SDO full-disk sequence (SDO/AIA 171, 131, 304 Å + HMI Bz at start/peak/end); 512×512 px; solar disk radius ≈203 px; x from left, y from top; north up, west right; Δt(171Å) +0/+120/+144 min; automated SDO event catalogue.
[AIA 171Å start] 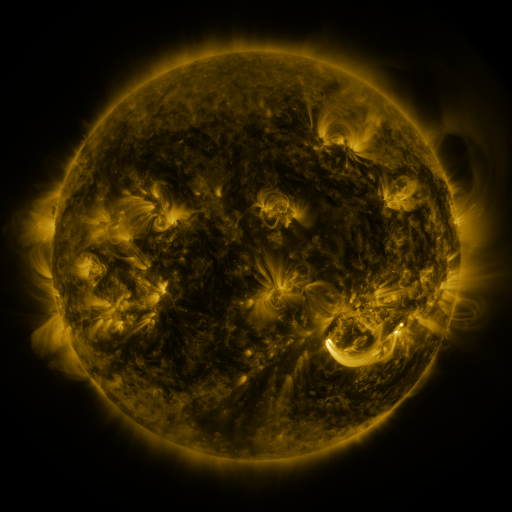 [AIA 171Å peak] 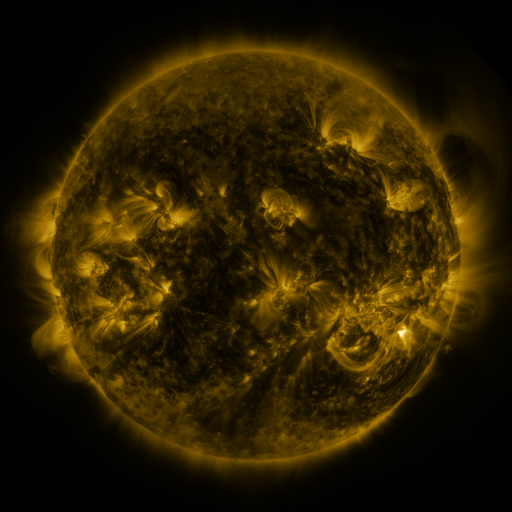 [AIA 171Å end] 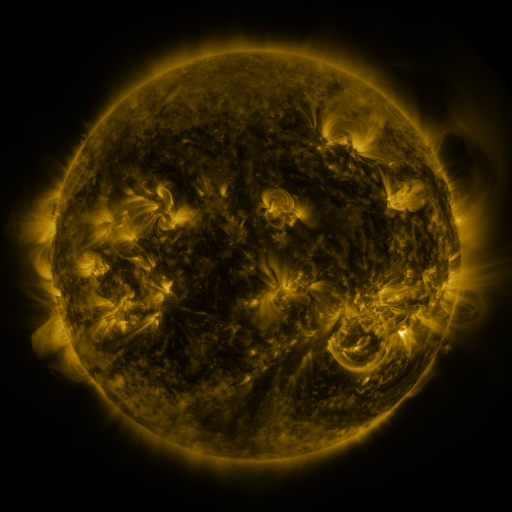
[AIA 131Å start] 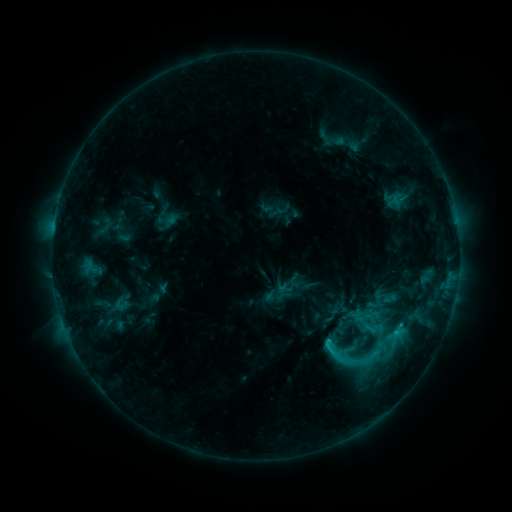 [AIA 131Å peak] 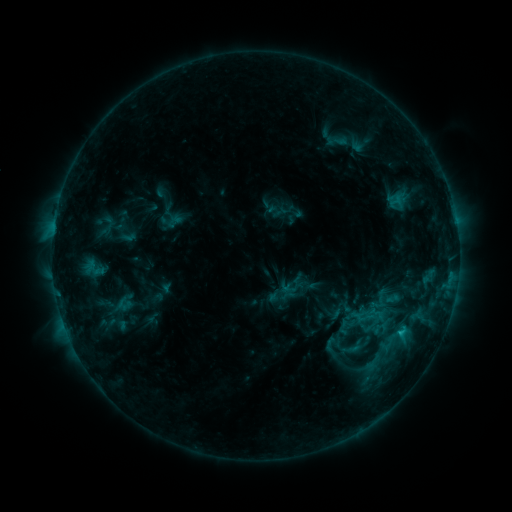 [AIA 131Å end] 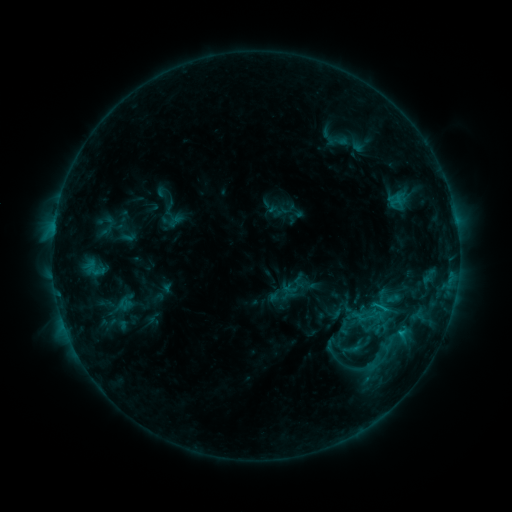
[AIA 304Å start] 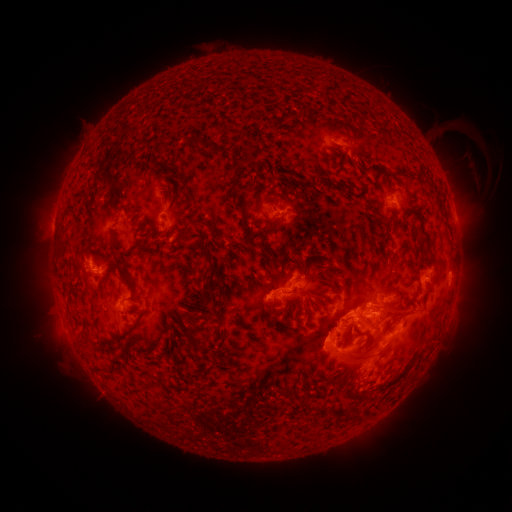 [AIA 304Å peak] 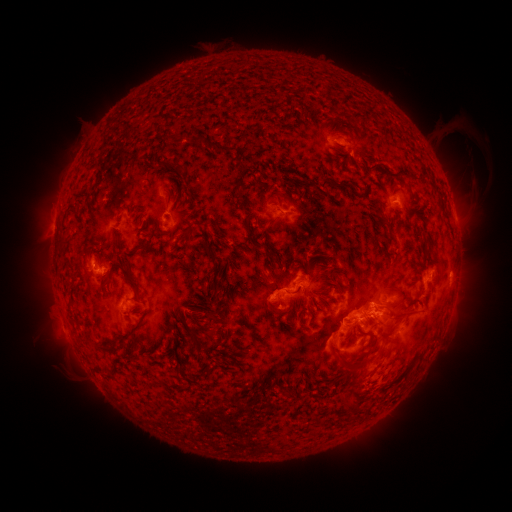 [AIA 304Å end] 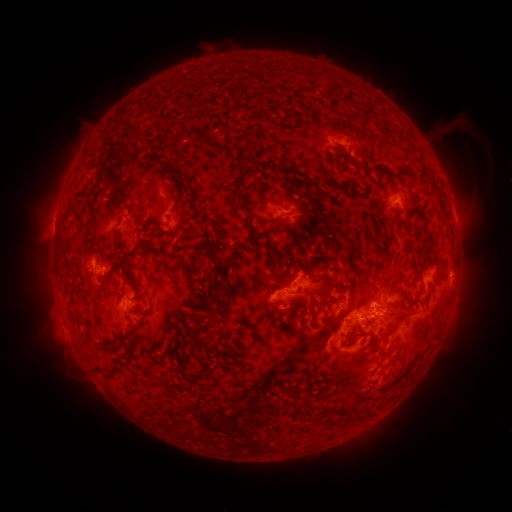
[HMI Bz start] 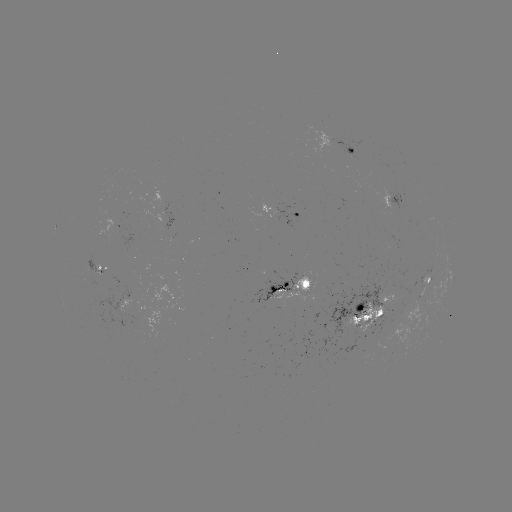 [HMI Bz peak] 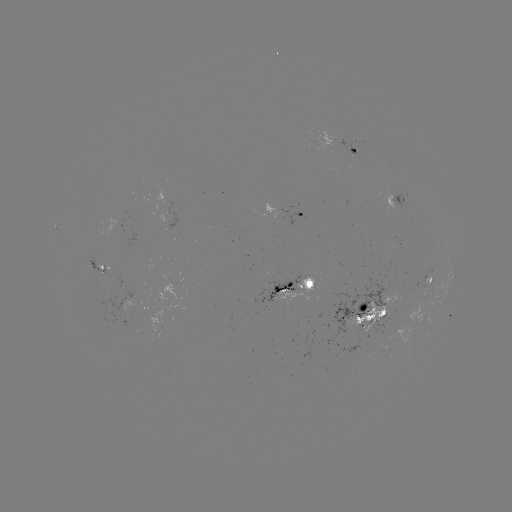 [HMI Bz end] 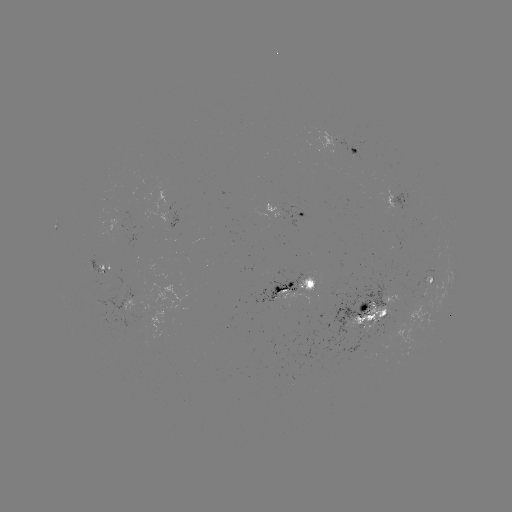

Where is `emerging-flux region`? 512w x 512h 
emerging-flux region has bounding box [345, 303, 389, 336].